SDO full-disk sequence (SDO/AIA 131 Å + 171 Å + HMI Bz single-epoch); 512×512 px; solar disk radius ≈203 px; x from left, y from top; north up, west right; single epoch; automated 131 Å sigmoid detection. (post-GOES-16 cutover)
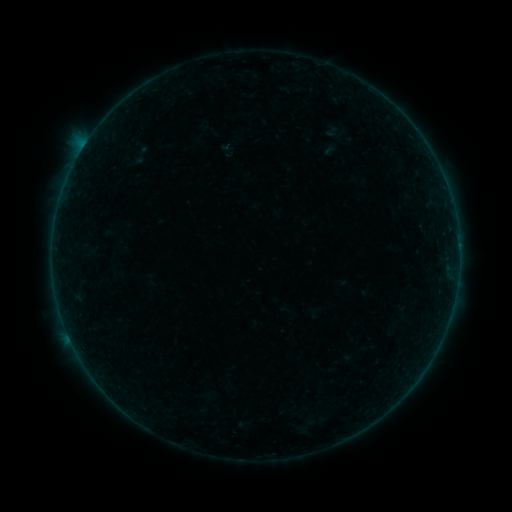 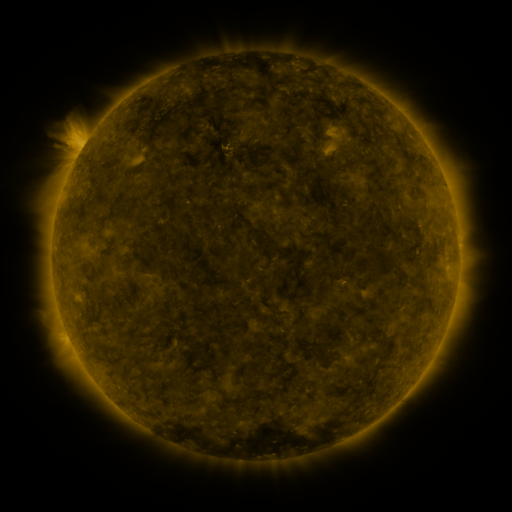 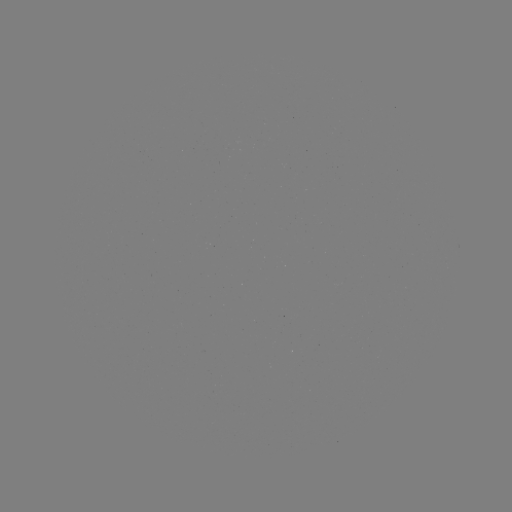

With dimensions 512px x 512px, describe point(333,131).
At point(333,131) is sigmoid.